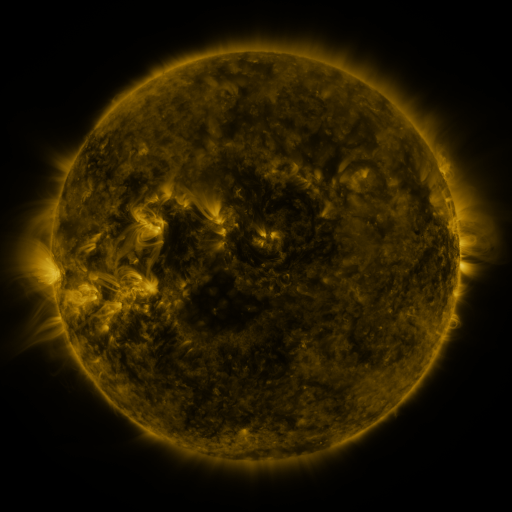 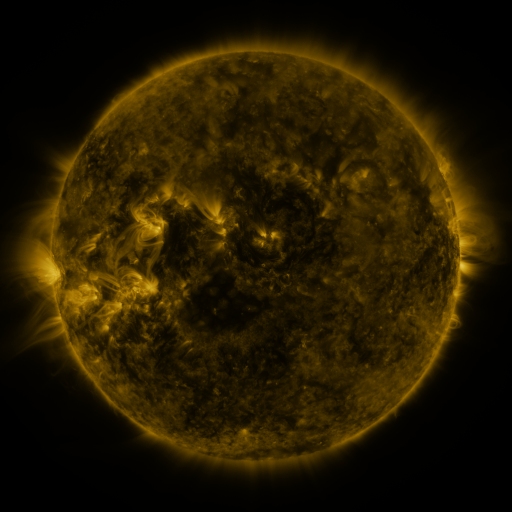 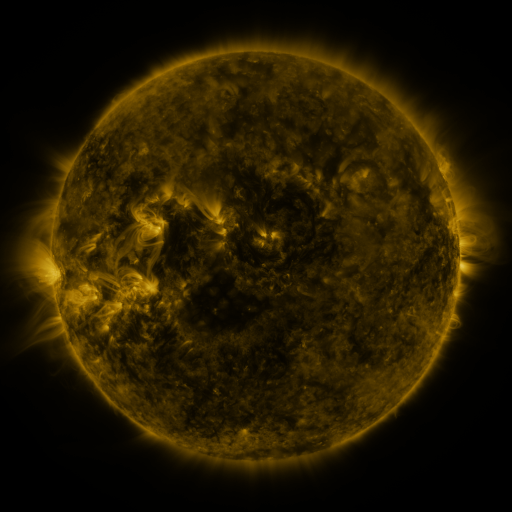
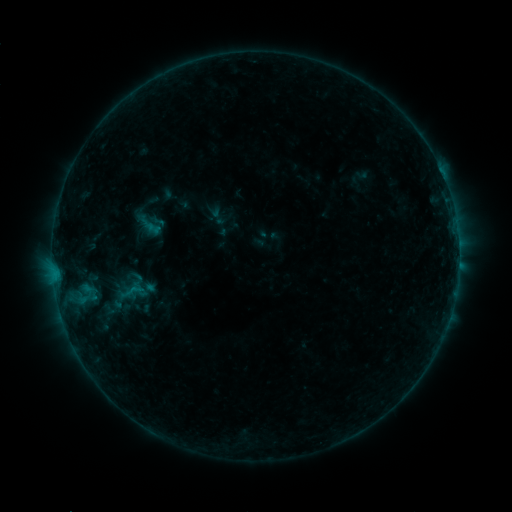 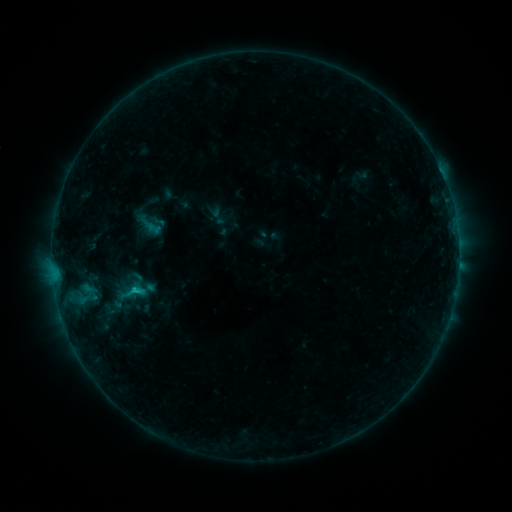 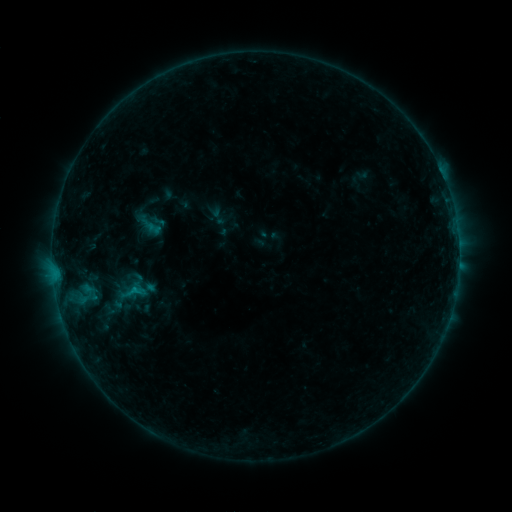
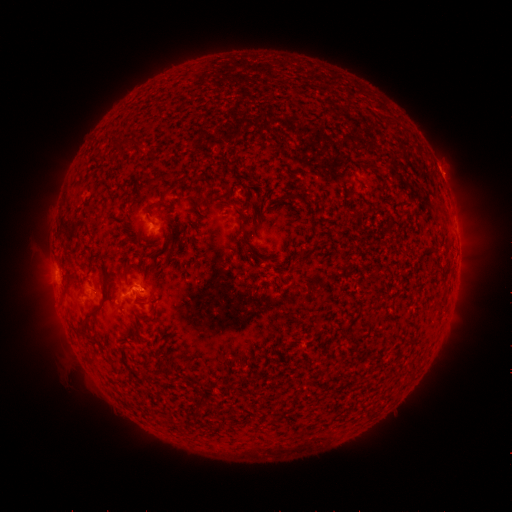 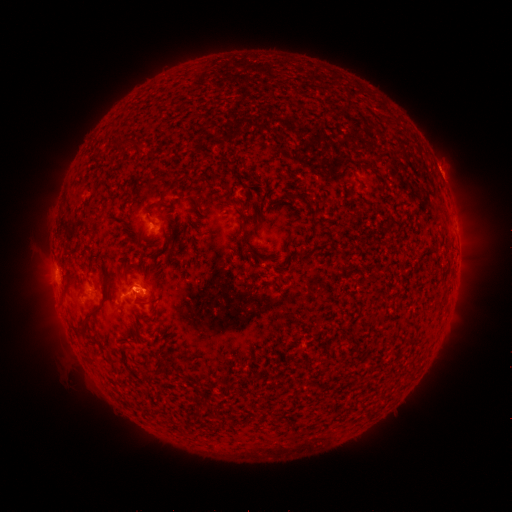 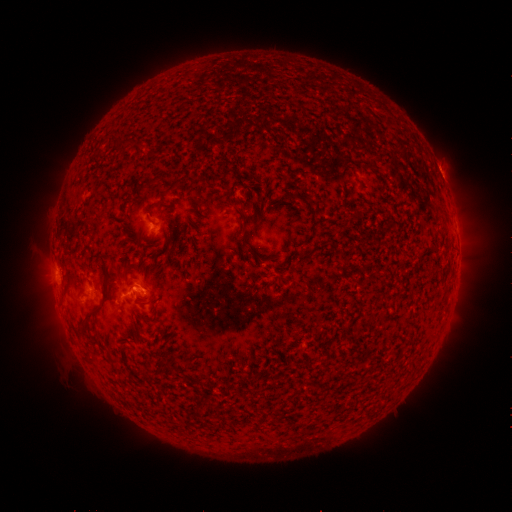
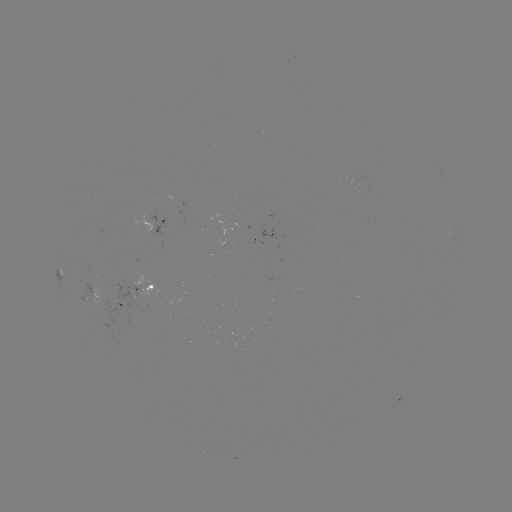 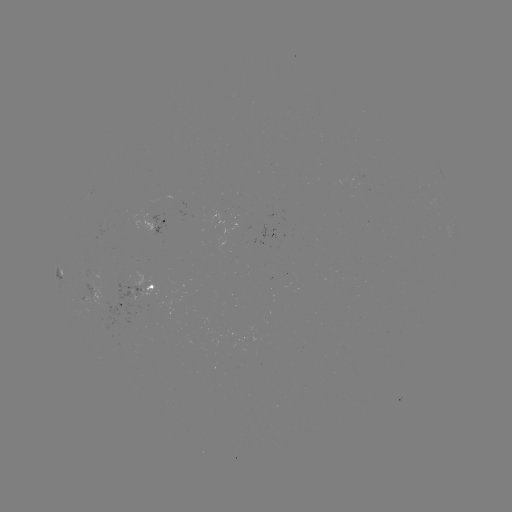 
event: flare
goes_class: B7.6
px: (134, 288)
